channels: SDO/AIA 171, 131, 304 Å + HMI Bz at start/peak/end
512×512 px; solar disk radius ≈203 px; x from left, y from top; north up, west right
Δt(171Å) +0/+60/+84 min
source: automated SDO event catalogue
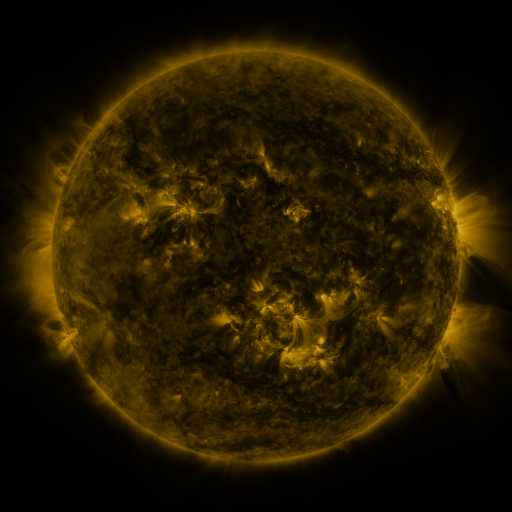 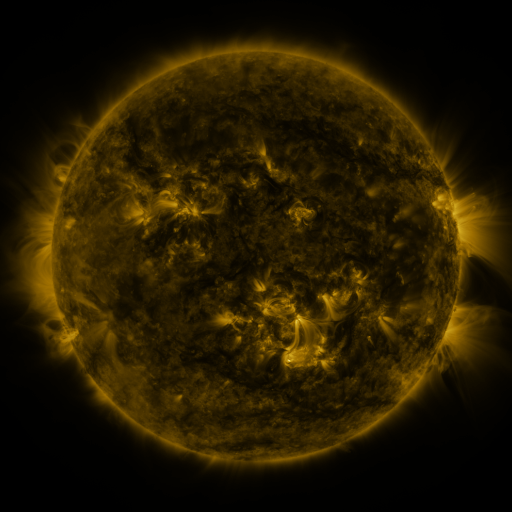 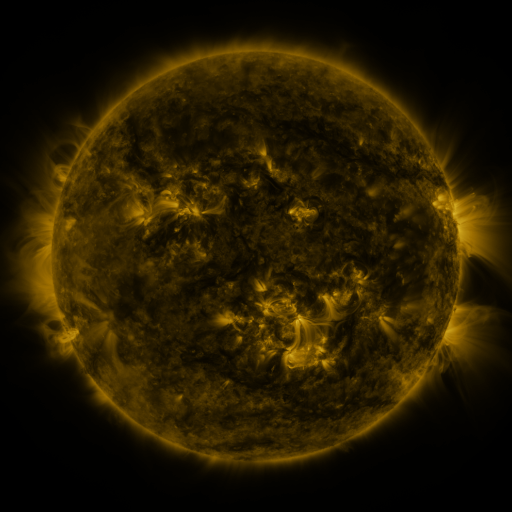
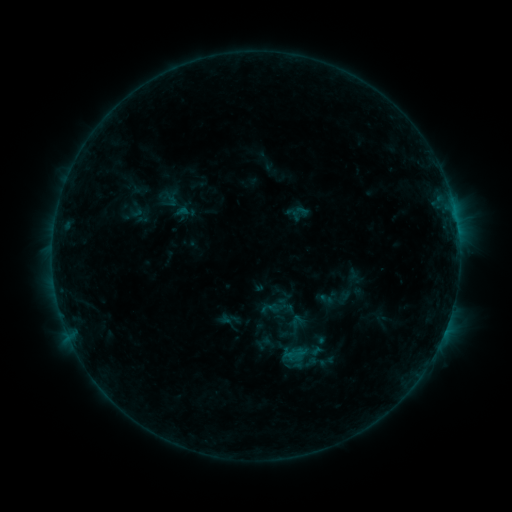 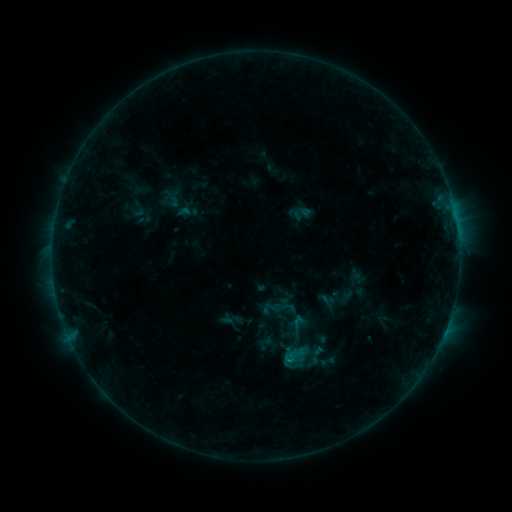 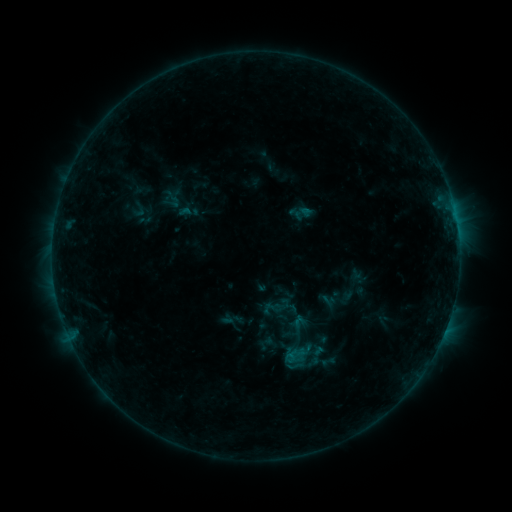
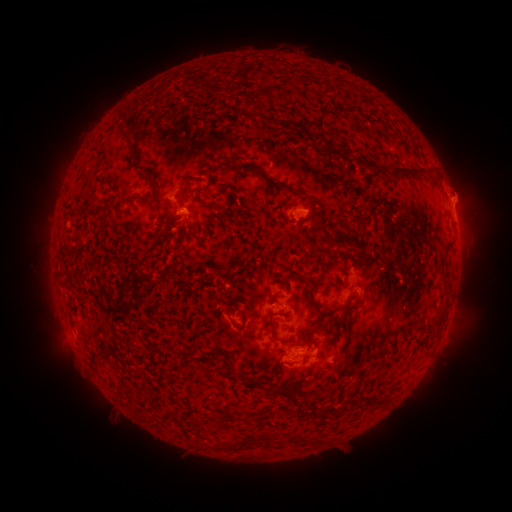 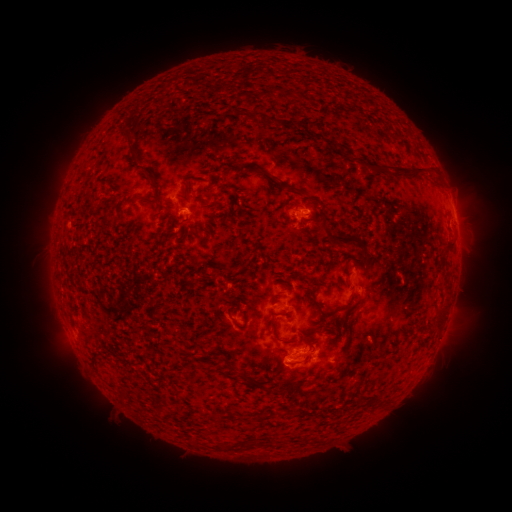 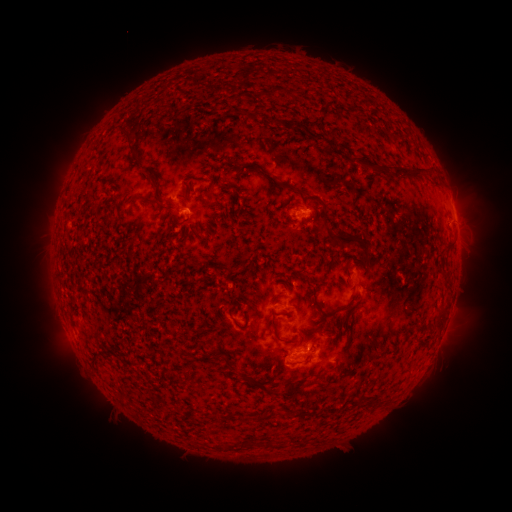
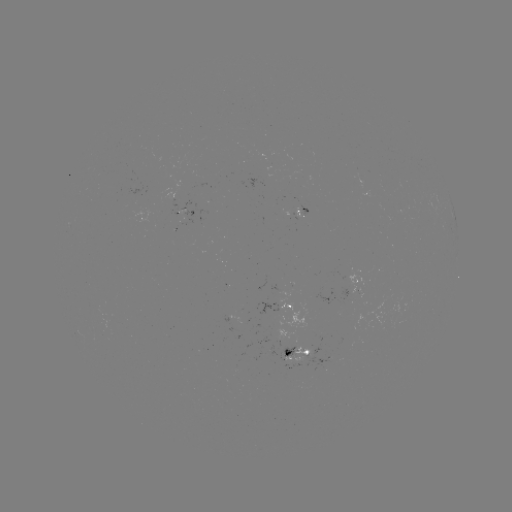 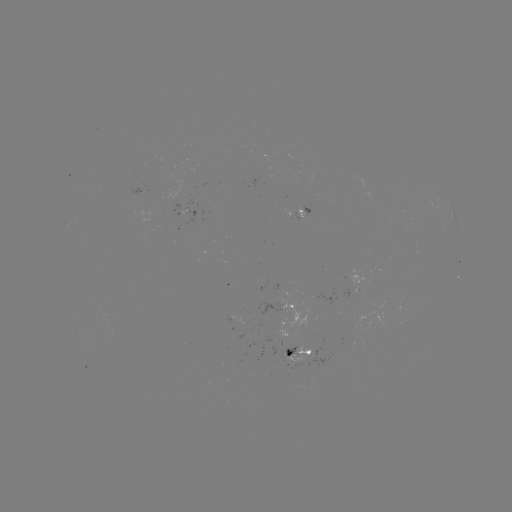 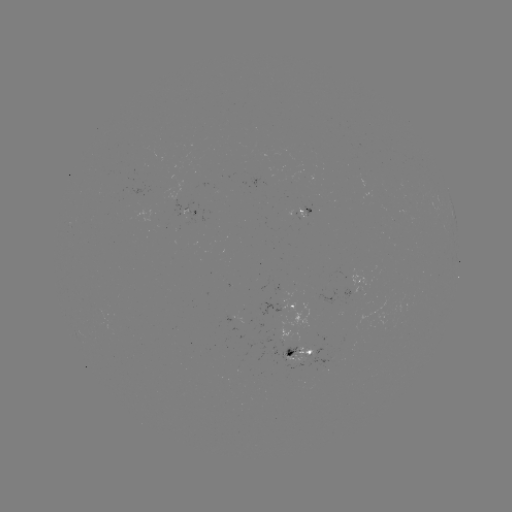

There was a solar emerging-flux region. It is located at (300, 213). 